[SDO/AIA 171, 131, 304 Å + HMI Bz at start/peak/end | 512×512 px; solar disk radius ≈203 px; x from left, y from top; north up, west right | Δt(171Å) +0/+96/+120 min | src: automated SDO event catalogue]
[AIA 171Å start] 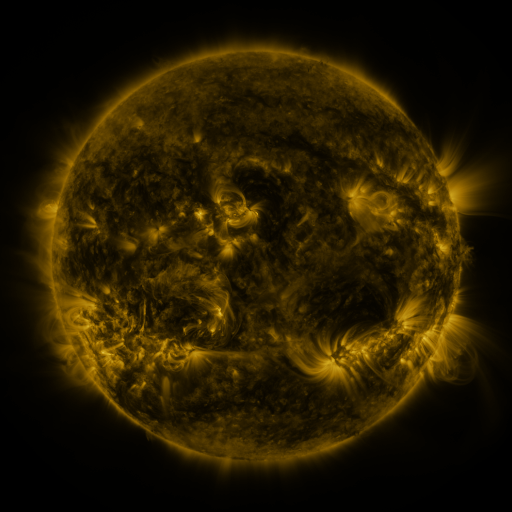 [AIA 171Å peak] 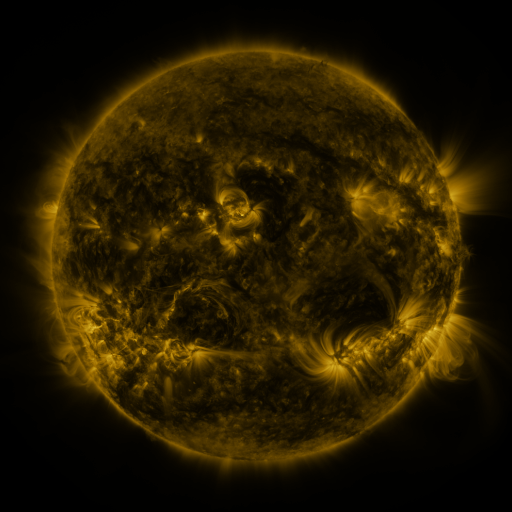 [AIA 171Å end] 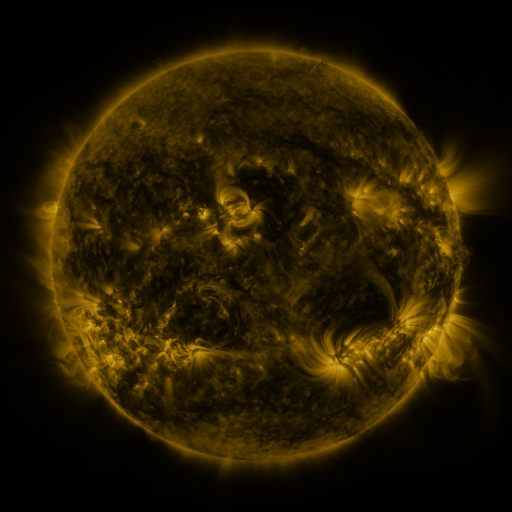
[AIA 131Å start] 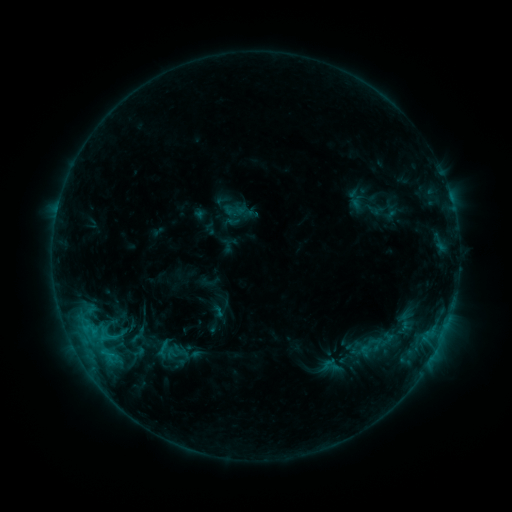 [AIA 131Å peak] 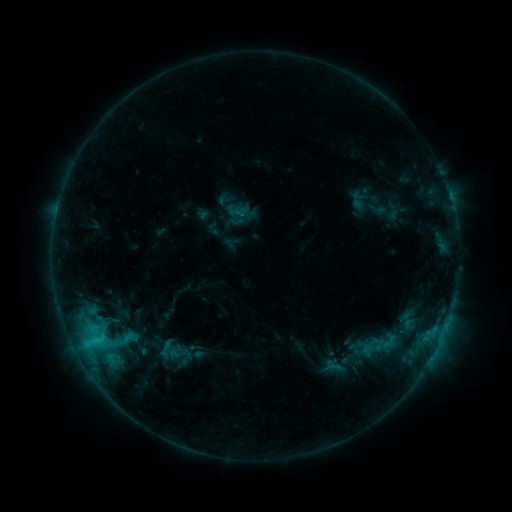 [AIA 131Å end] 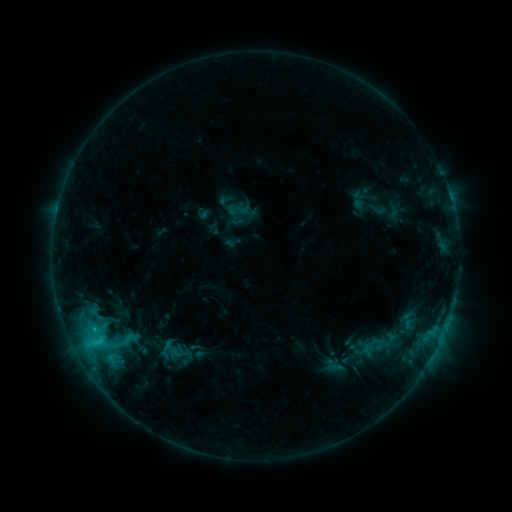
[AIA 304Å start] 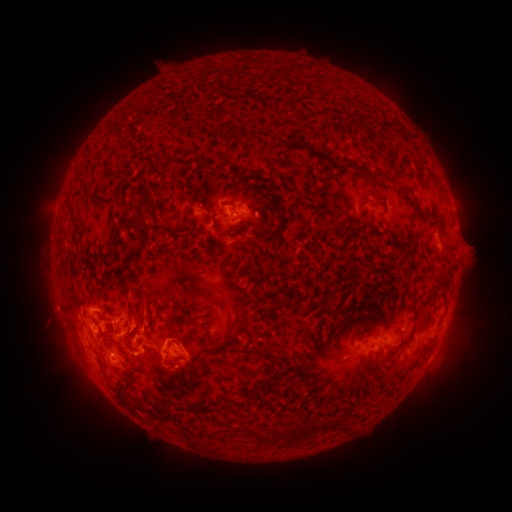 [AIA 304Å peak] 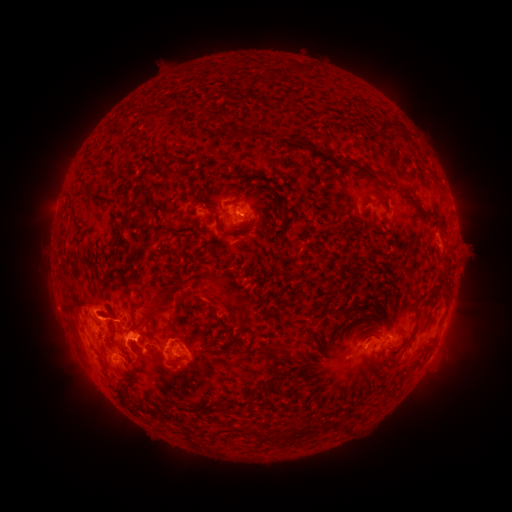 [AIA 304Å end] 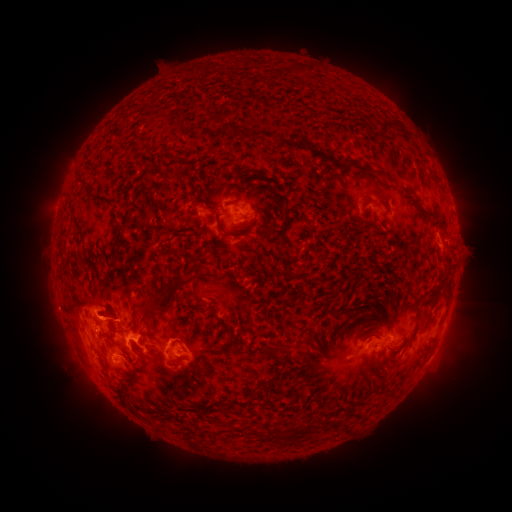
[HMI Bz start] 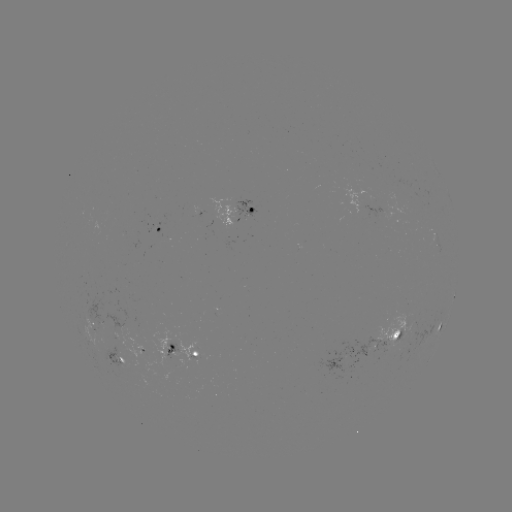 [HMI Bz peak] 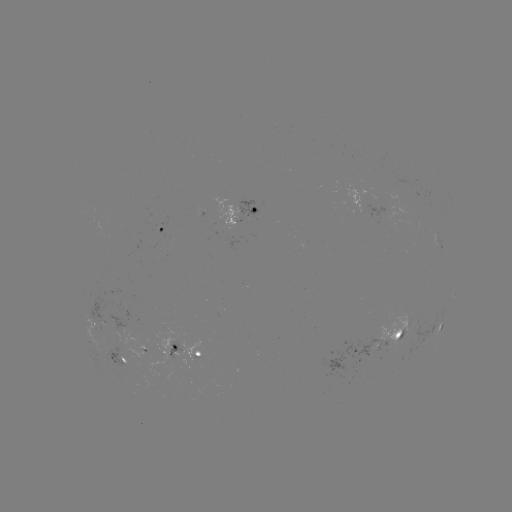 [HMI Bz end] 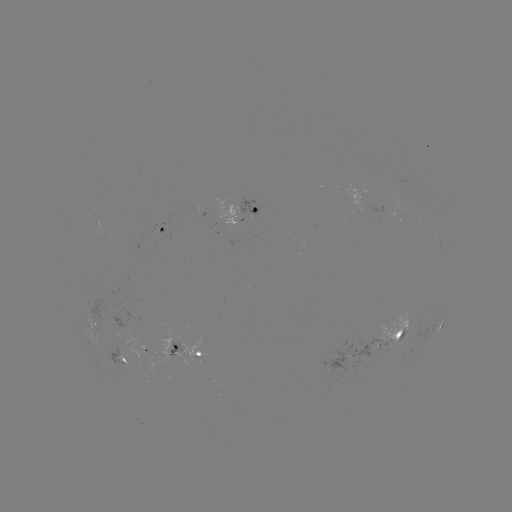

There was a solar emerging-flux region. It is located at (392, 339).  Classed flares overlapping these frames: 1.